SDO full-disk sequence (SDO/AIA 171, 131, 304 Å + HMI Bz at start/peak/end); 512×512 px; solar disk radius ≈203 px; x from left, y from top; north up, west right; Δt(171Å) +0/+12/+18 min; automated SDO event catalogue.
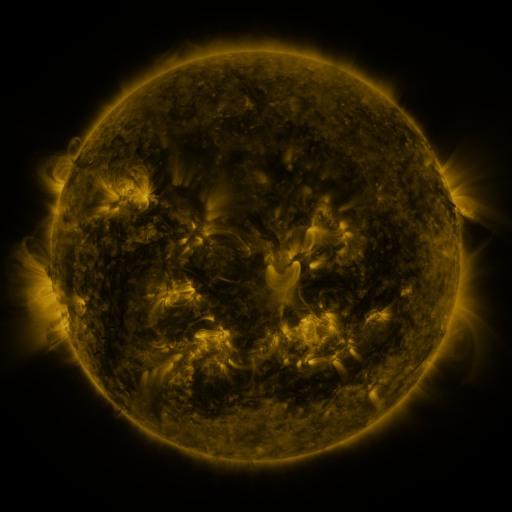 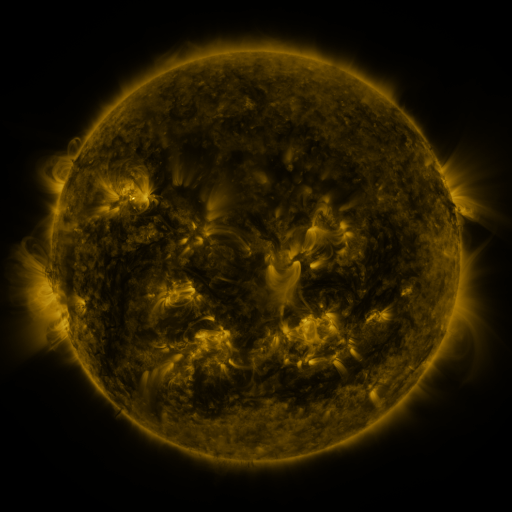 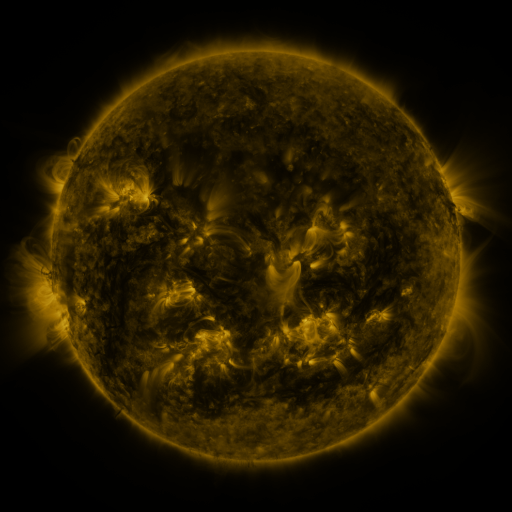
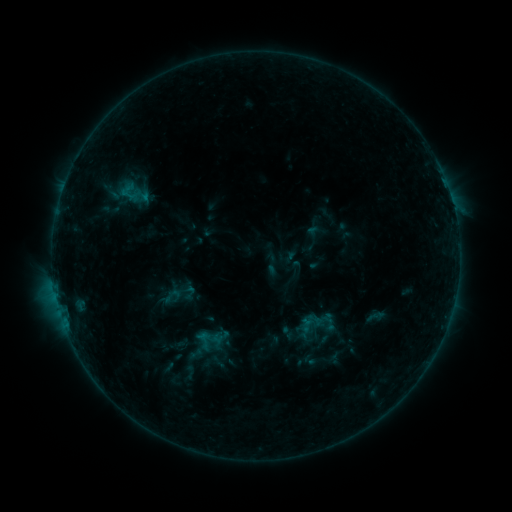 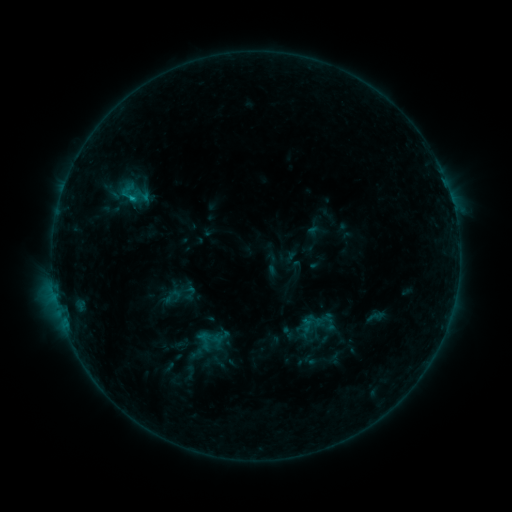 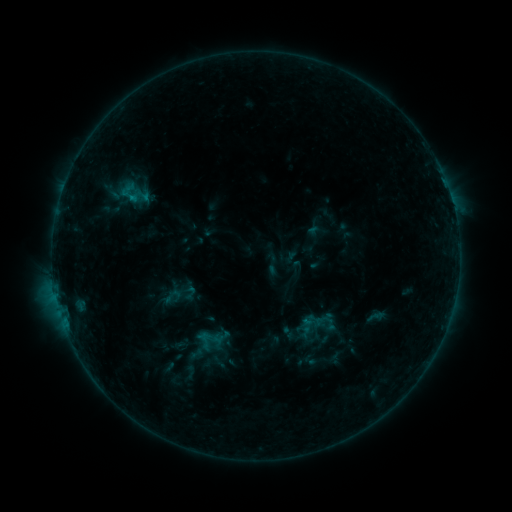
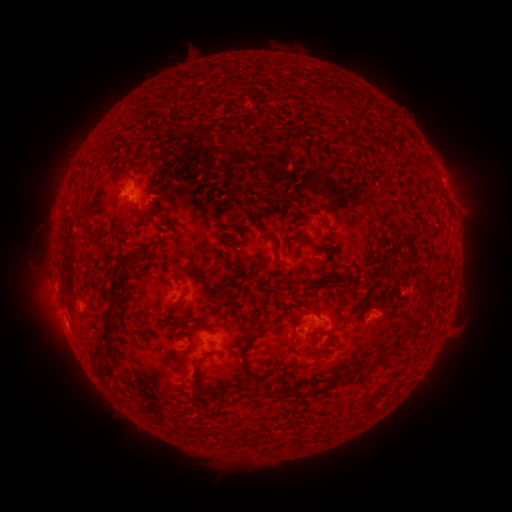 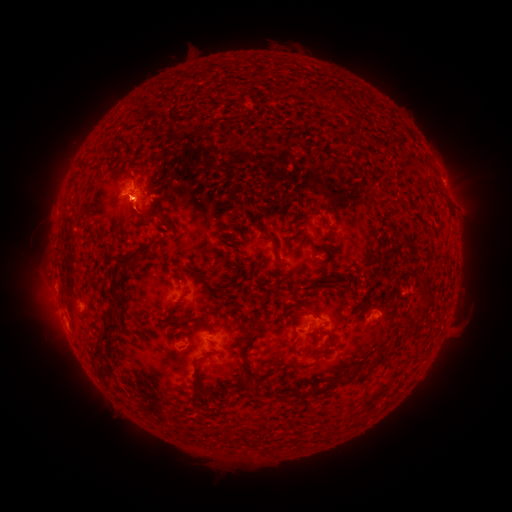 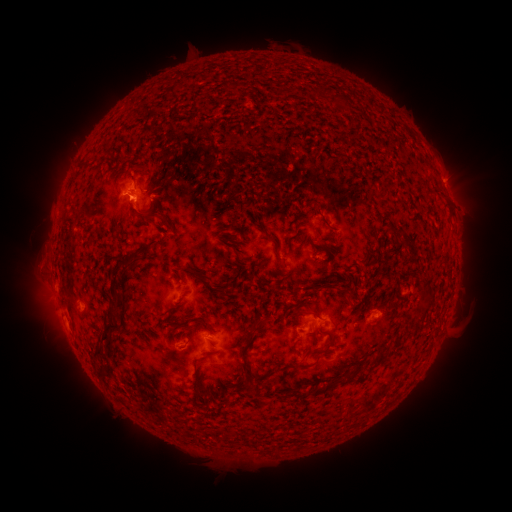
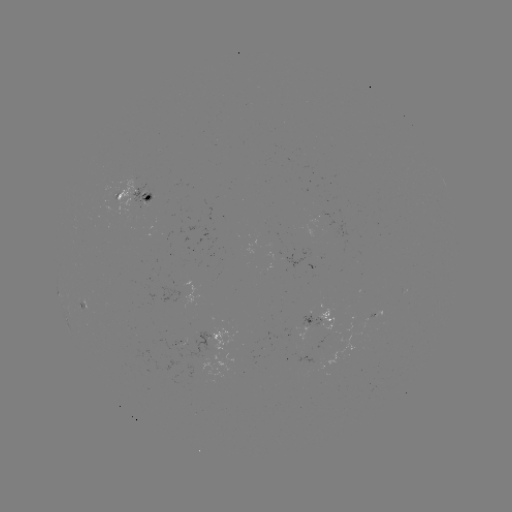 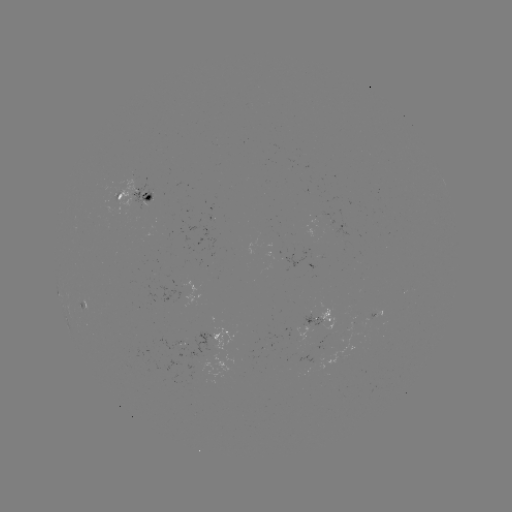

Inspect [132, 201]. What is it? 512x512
B6.9 flare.